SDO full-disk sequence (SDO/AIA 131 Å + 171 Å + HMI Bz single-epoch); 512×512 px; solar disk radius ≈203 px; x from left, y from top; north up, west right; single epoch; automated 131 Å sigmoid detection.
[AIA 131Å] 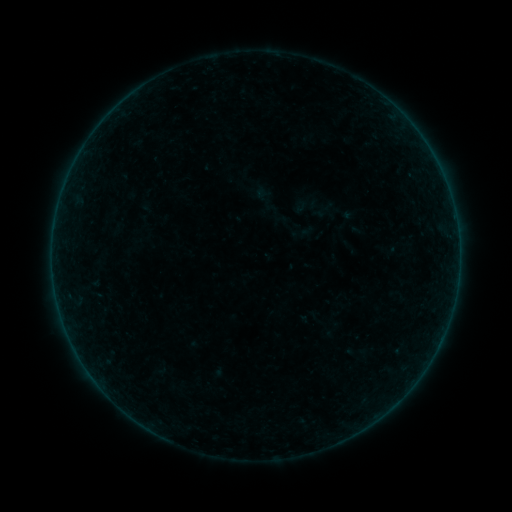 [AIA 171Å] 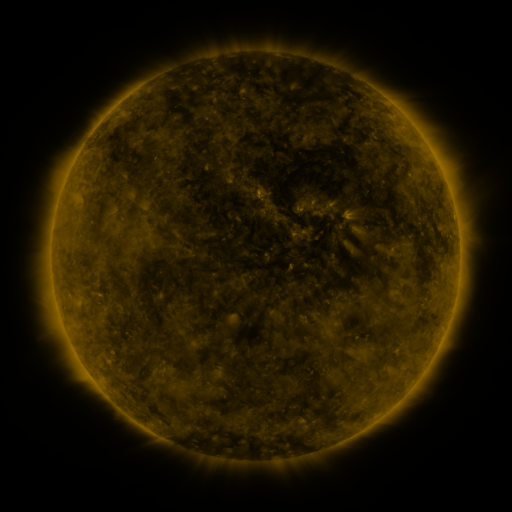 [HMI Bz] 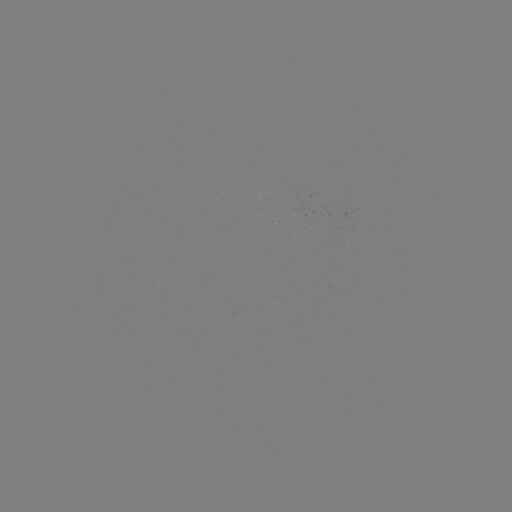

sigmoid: <bbox>291, 191, 323, 218</bbox>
